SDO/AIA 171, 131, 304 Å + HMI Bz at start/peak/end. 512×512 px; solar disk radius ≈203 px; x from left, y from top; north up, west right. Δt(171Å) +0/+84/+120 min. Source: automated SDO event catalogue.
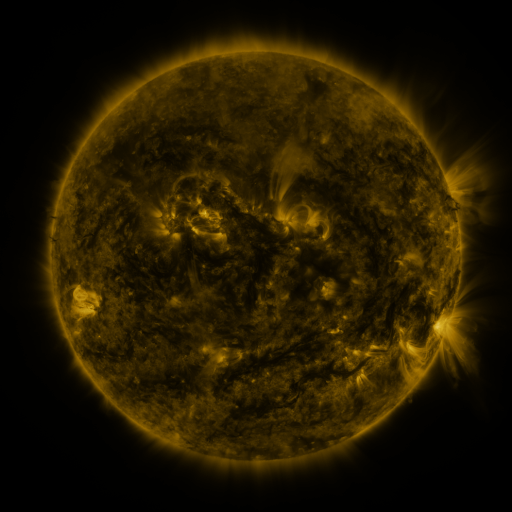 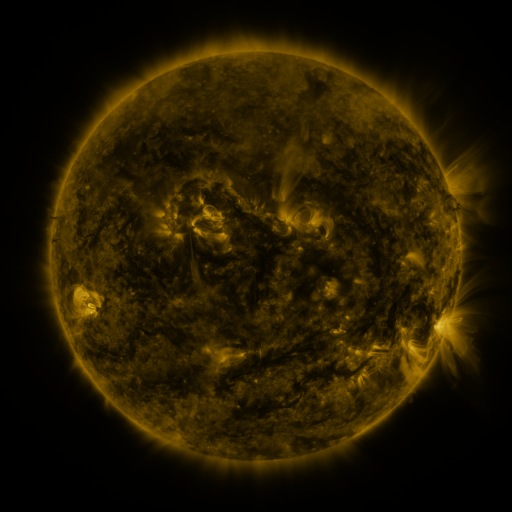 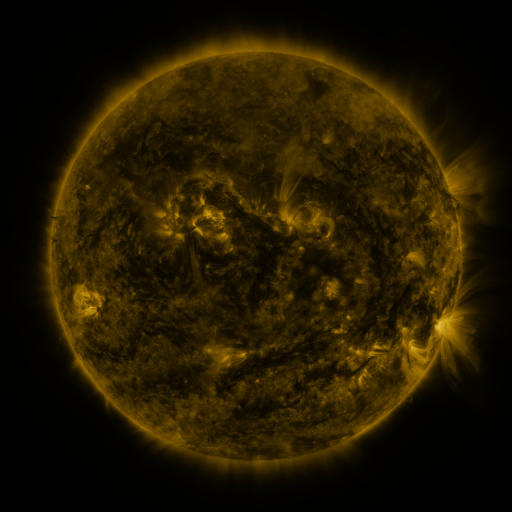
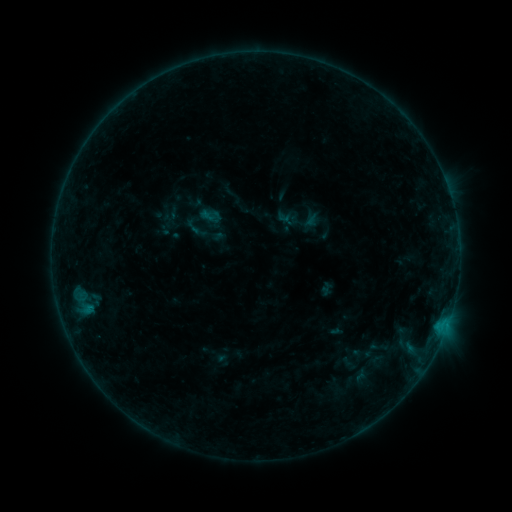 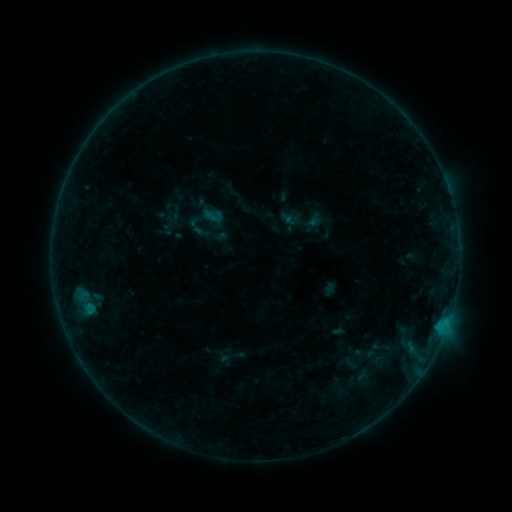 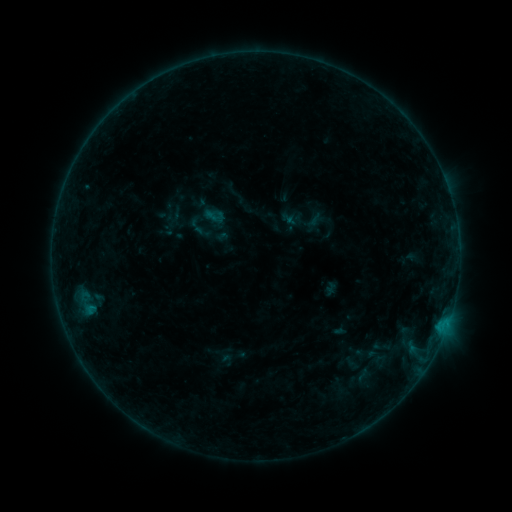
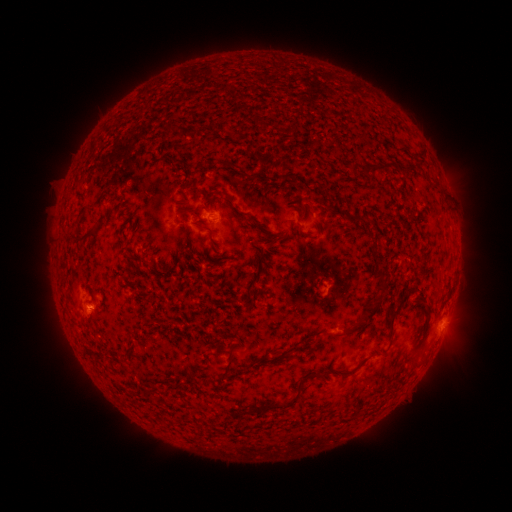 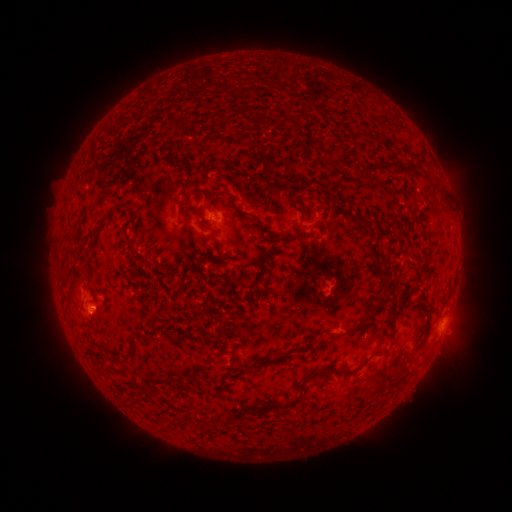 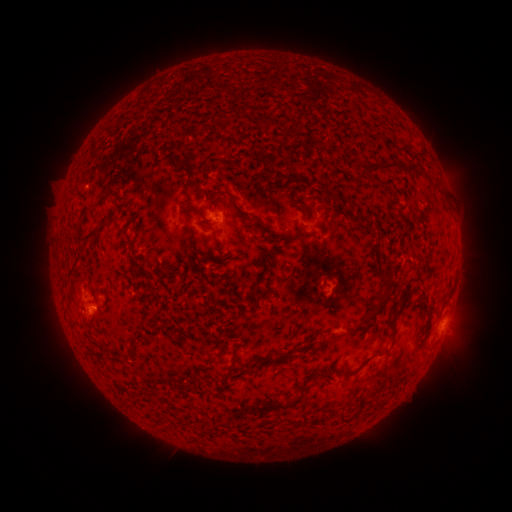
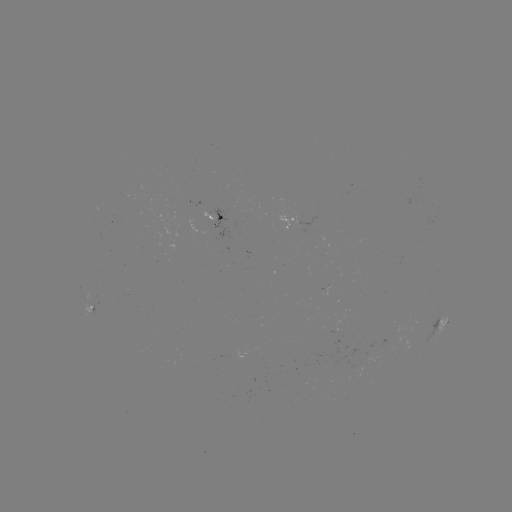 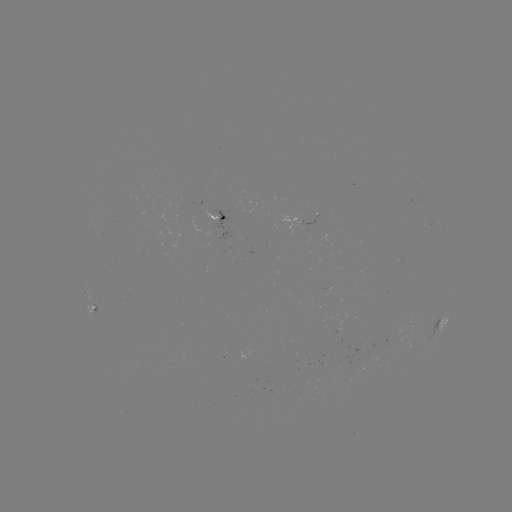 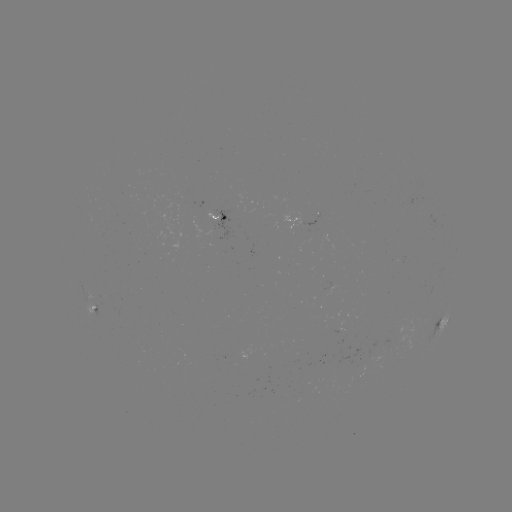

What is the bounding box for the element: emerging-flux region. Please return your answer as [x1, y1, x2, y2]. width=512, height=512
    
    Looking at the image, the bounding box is [205, 209, 217, 224].